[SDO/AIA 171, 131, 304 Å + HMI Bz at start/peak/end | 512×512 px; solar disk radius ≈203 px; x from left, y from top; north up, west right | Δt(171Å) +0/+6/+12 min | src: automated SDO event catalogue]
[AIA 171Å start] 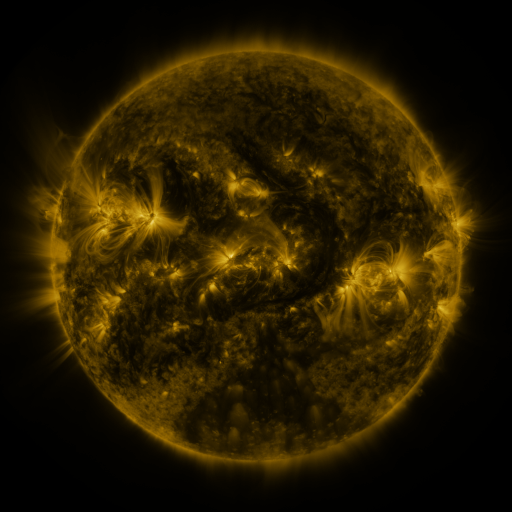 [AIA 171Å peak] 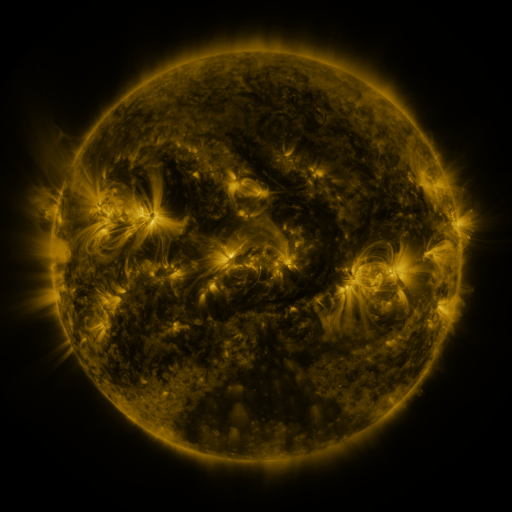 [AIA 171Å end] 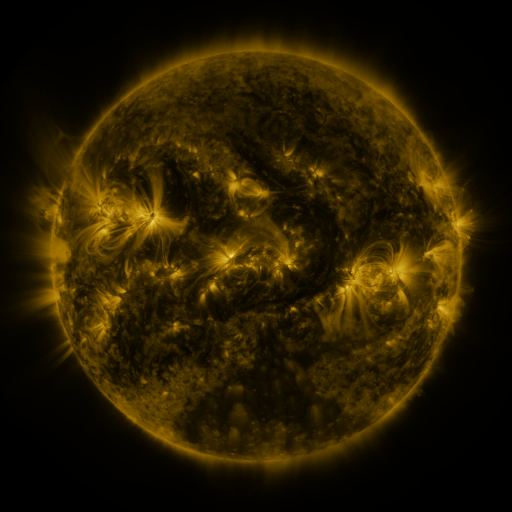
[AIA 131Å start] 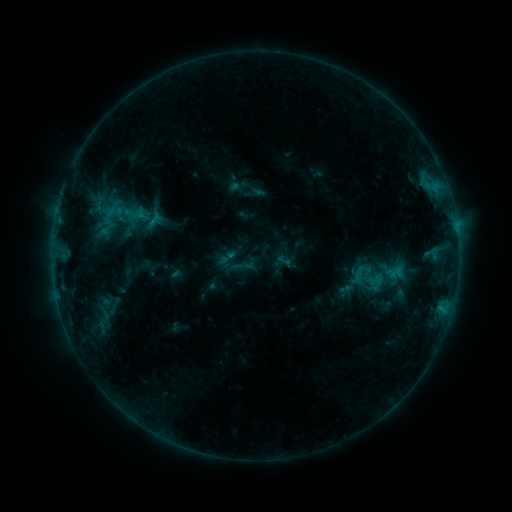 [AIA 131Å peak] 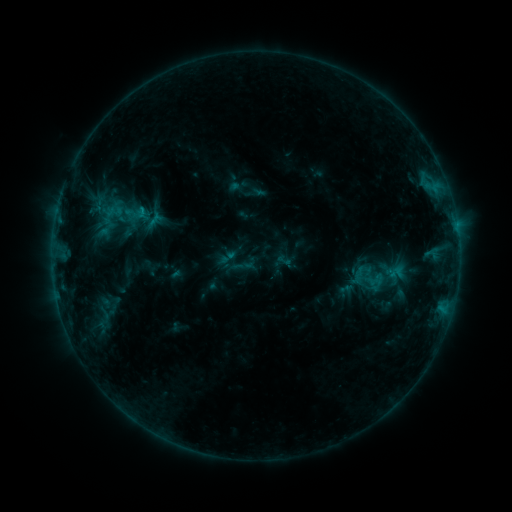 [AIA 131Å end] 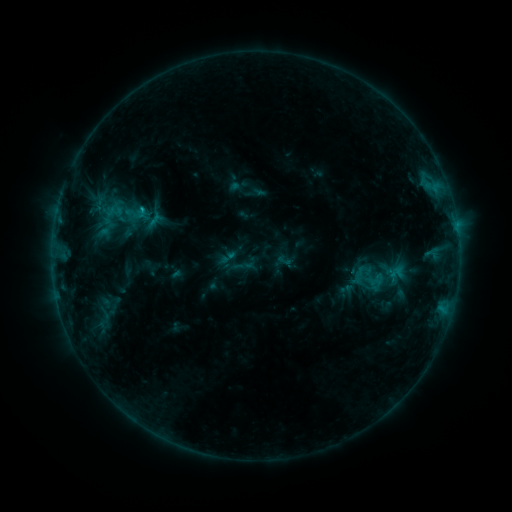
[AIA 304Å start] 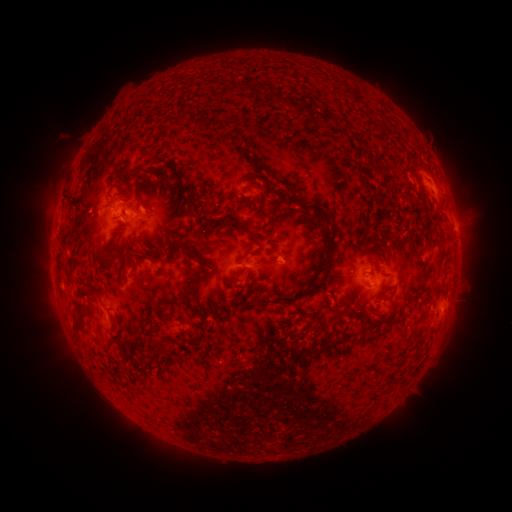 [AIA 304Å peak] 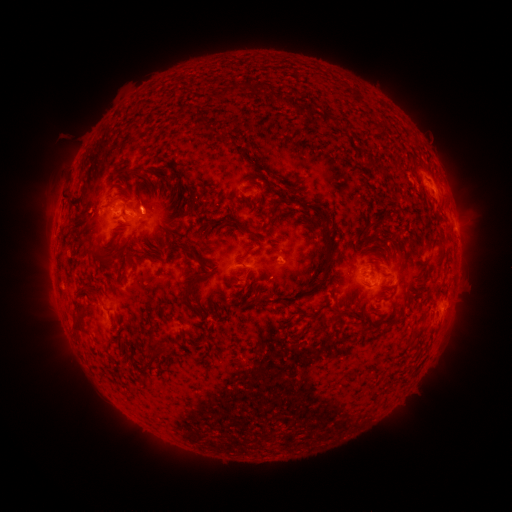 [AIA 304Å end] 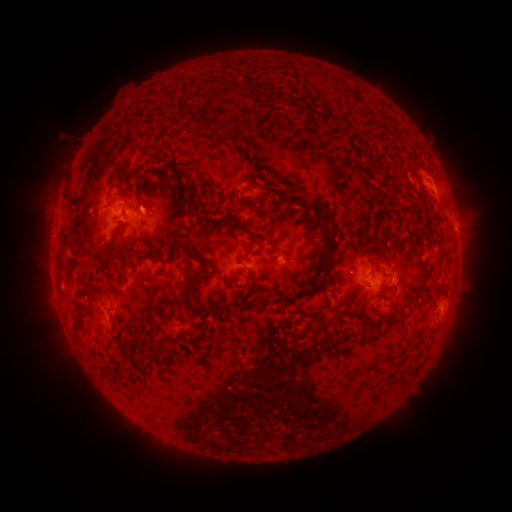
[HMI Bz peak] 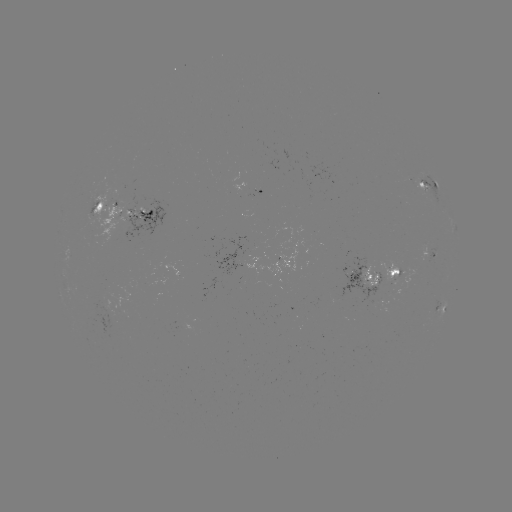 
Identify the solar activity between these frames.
C1.0 flare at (143, 210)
